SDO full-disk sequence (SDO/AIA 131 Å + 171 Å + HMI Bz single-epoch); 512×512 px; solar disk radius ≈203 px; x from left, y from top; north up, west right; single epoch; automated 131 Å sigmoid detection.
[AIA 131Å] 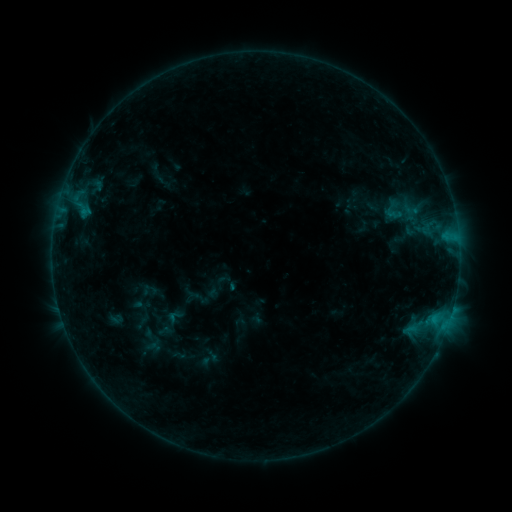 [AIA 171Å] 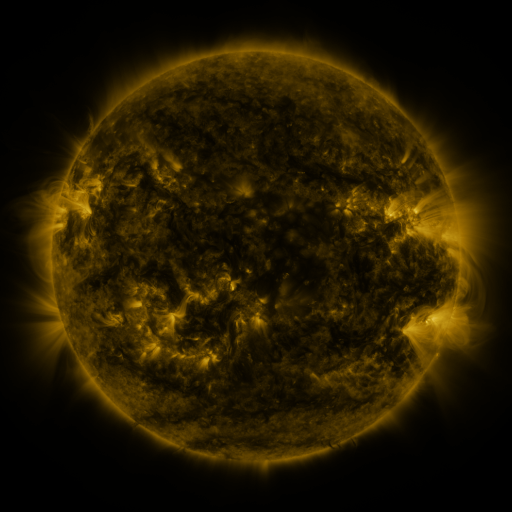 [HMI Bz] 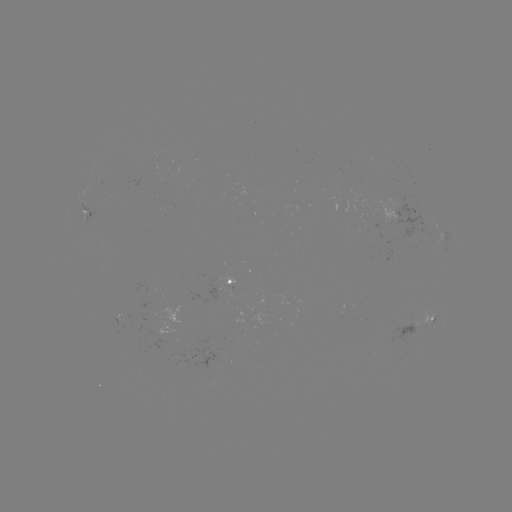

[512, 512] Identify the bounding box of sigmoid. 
[377, 197, 411, 224].